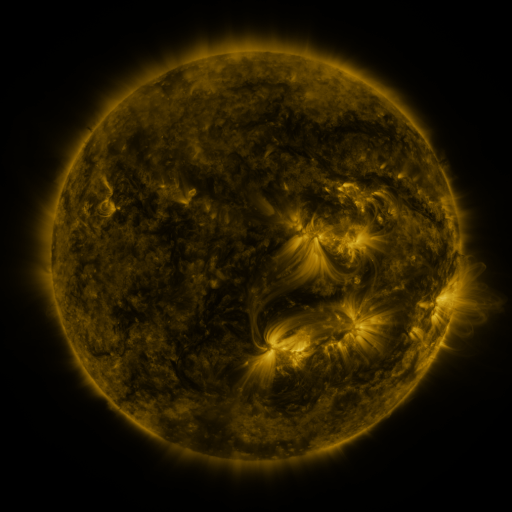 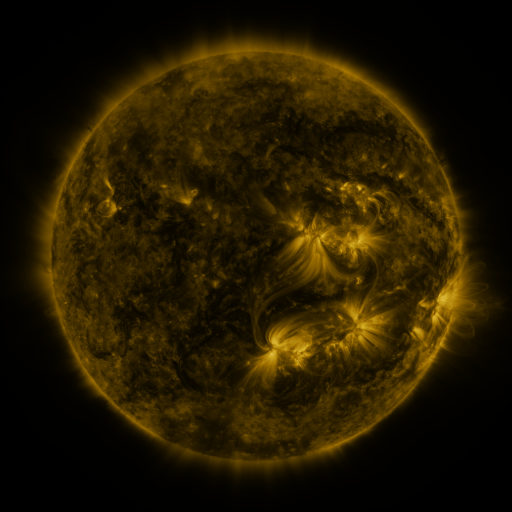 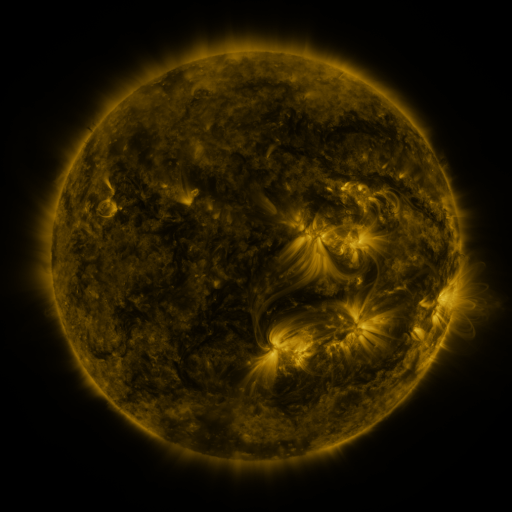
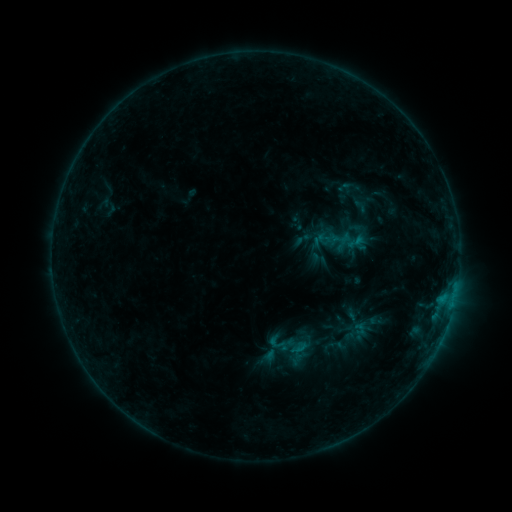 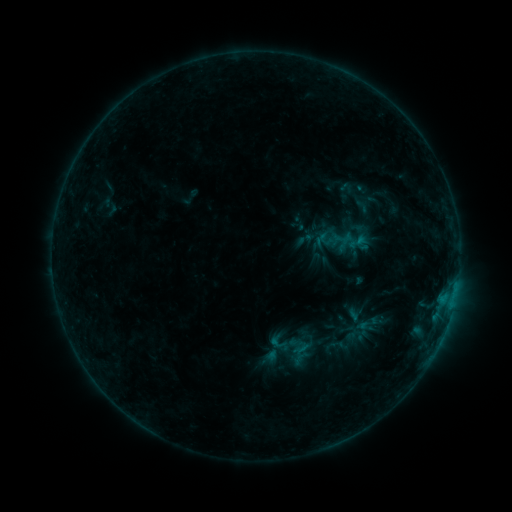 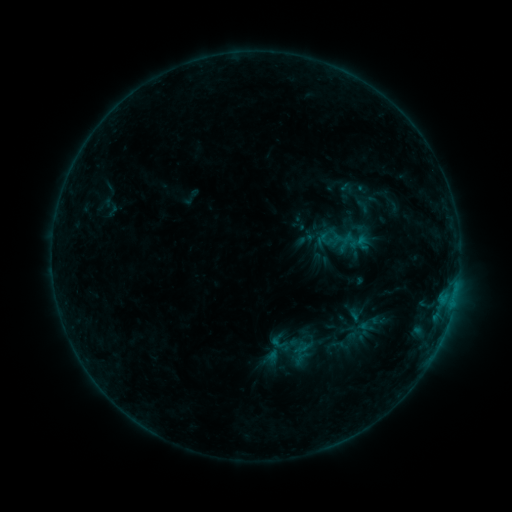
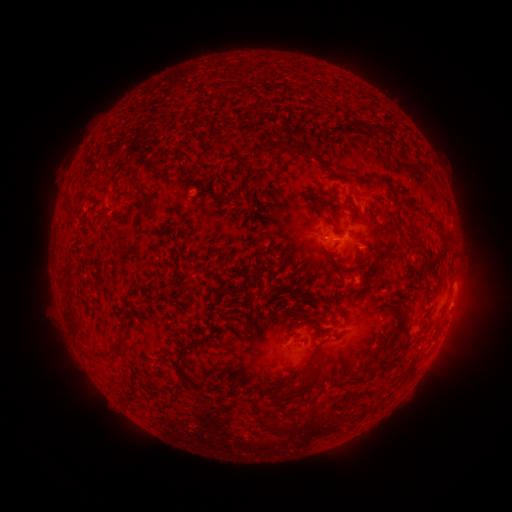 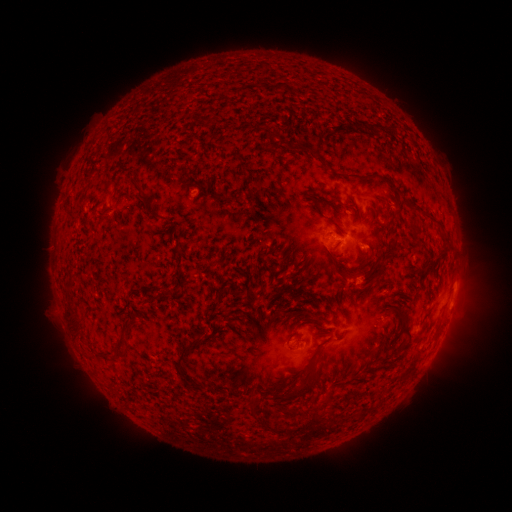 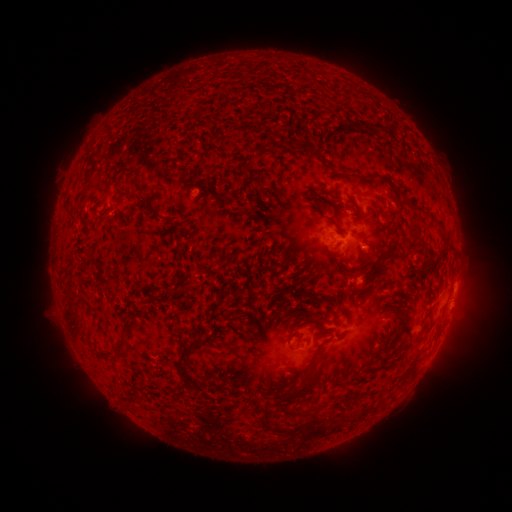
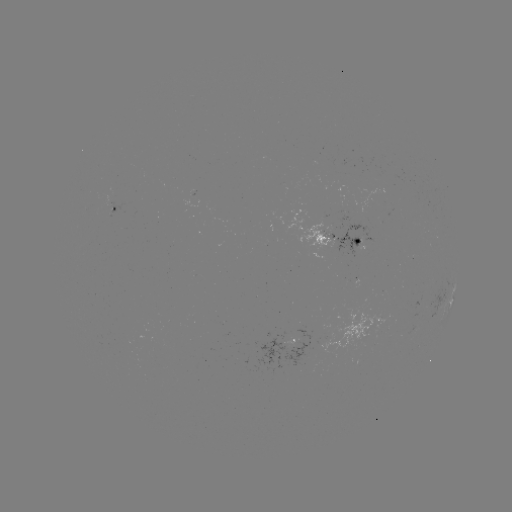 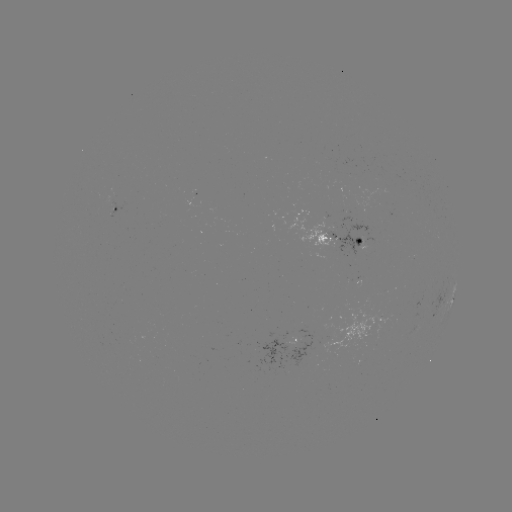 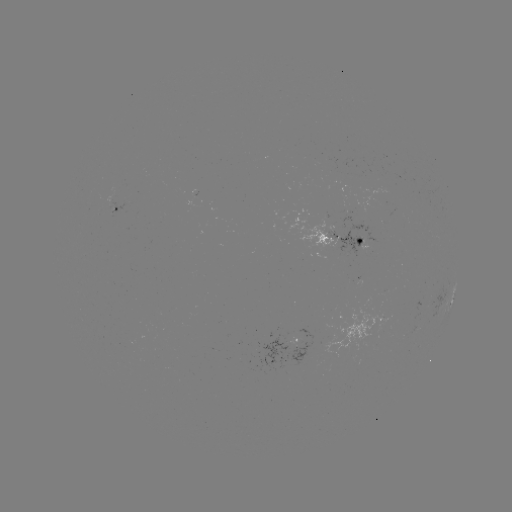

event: emerging-flux region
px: (330, 220)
